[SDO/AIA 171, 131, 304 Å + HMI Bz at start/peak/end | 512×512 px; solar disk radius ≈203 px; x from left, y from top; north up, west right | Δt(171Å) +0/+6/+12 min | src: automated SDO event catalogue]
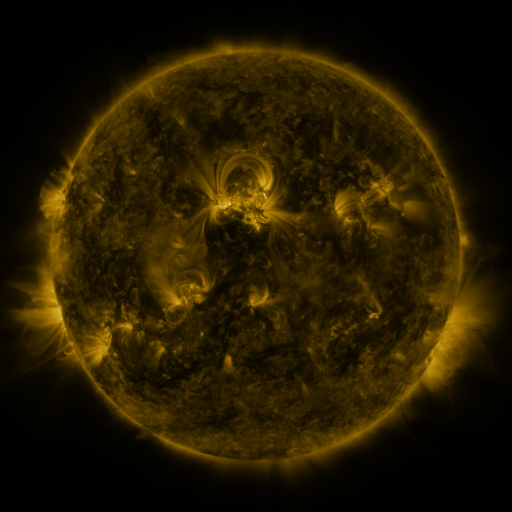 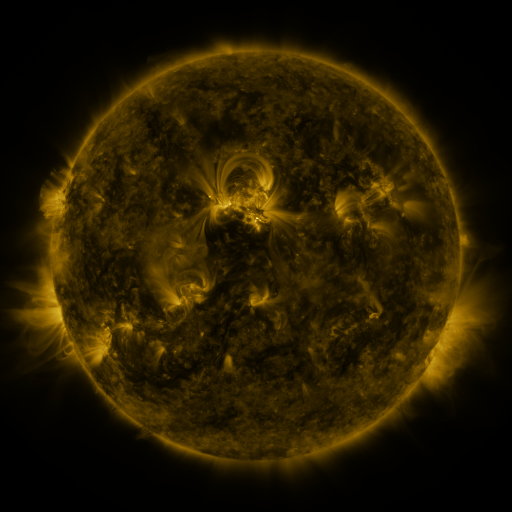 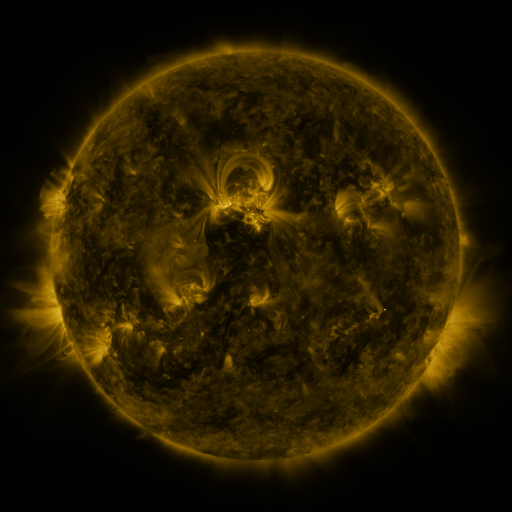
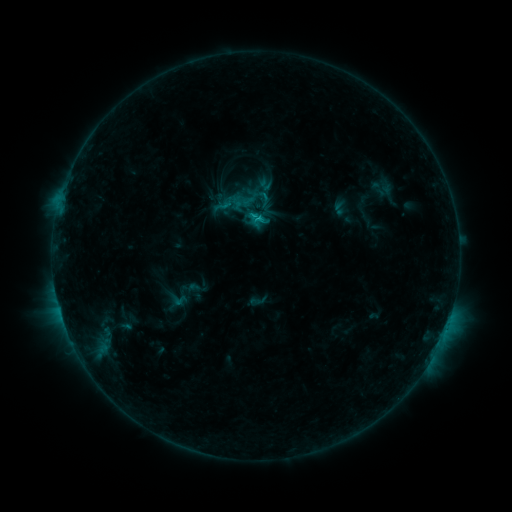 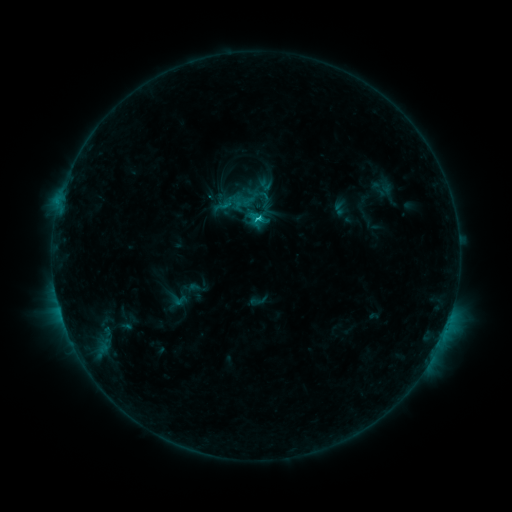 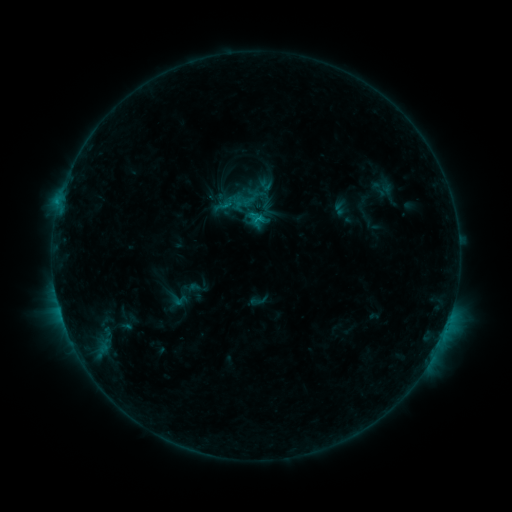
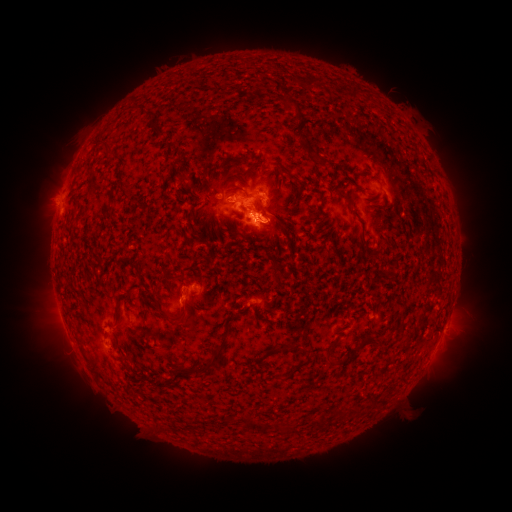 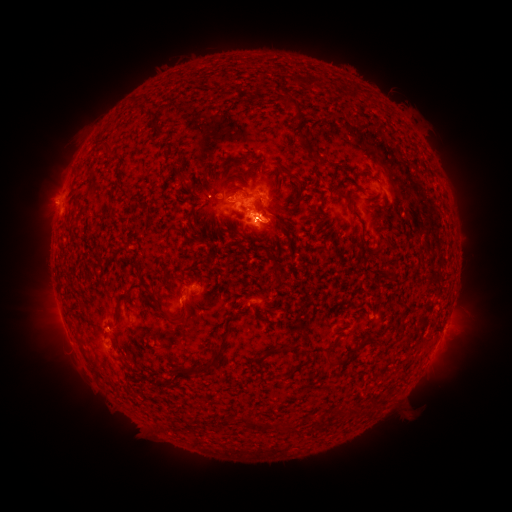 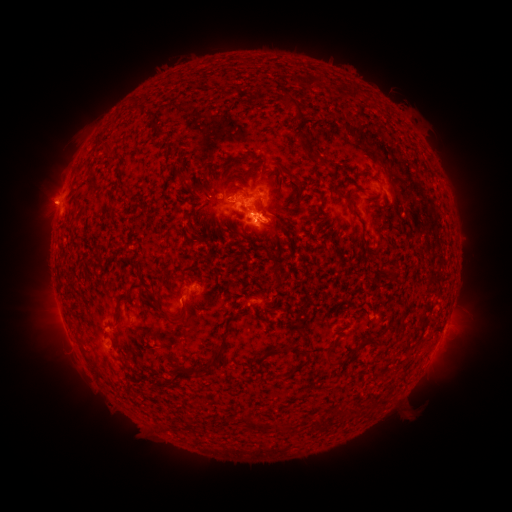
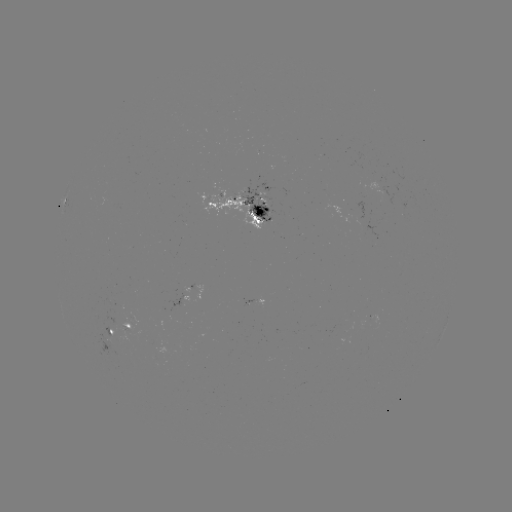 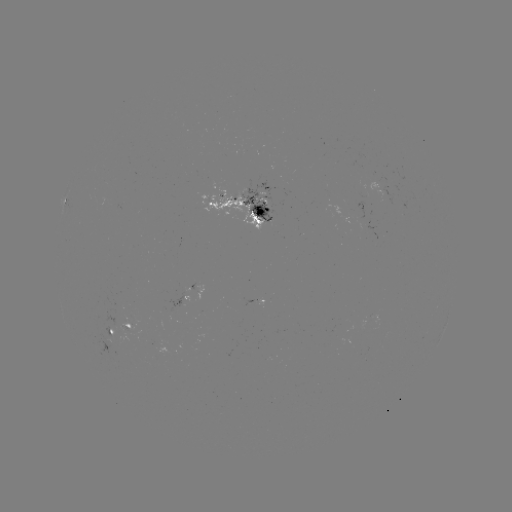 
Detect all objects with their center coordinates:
C1.2 flare: (256, 220)
